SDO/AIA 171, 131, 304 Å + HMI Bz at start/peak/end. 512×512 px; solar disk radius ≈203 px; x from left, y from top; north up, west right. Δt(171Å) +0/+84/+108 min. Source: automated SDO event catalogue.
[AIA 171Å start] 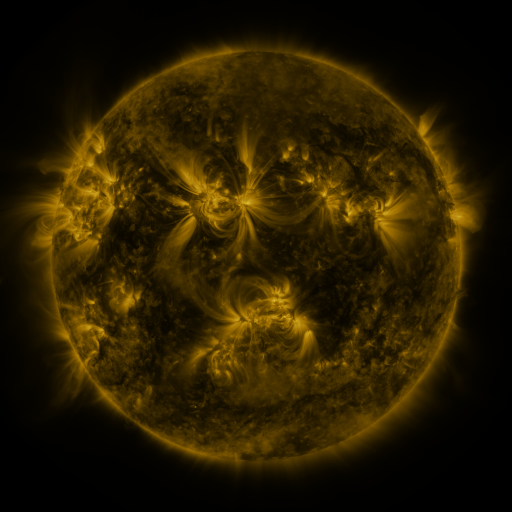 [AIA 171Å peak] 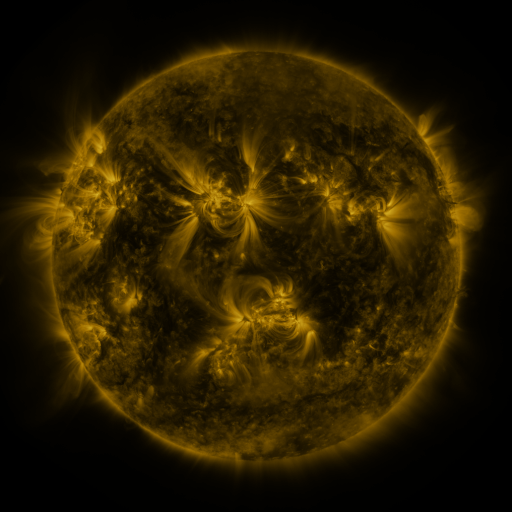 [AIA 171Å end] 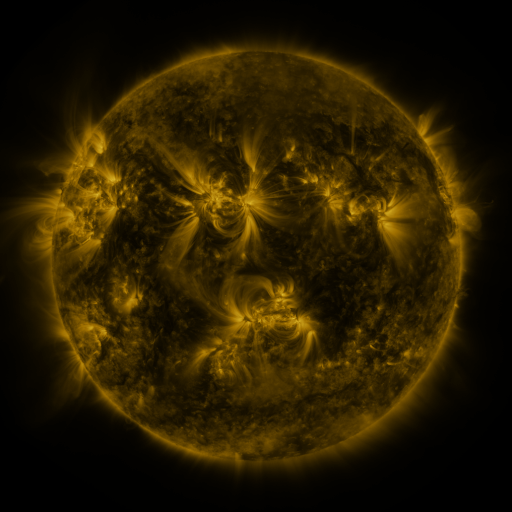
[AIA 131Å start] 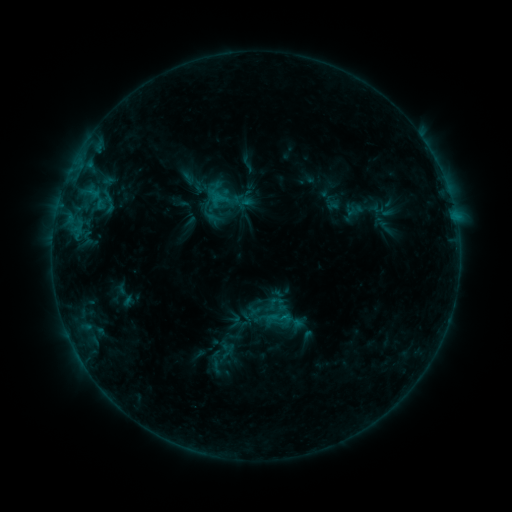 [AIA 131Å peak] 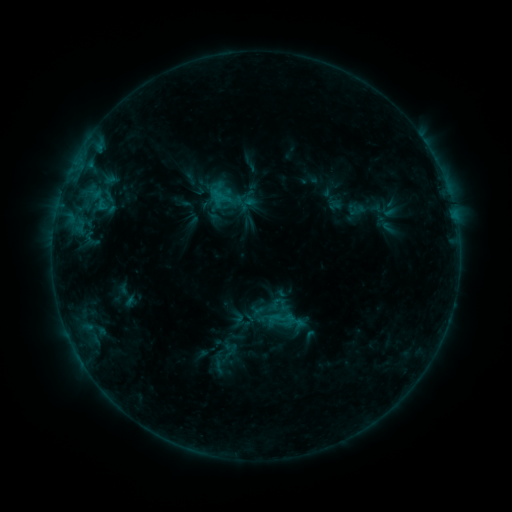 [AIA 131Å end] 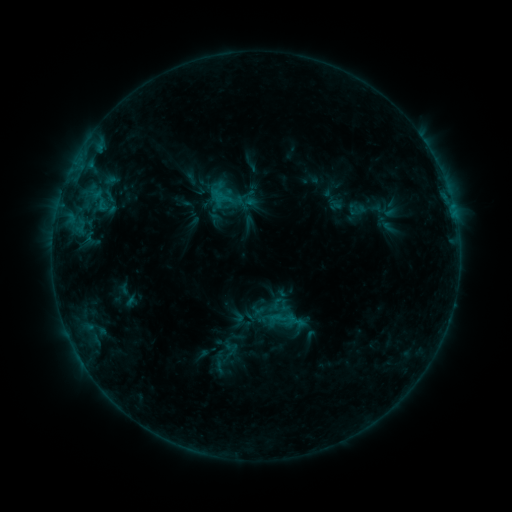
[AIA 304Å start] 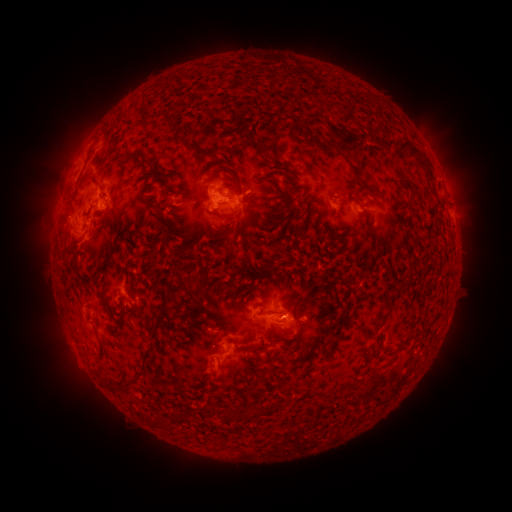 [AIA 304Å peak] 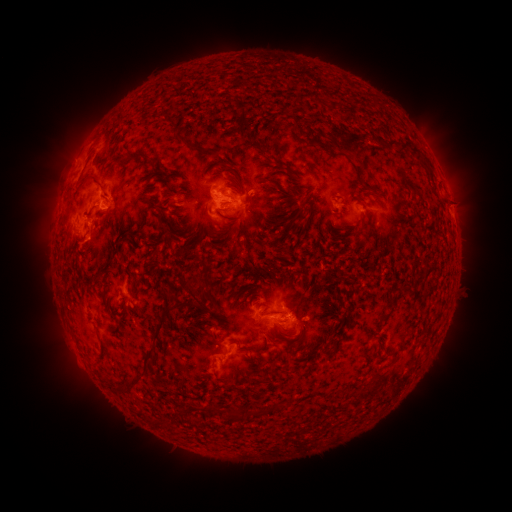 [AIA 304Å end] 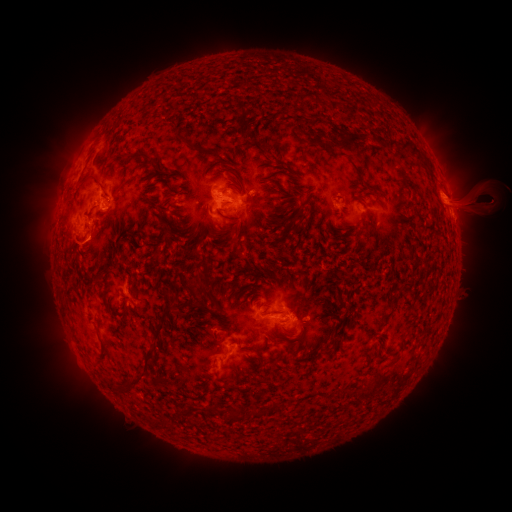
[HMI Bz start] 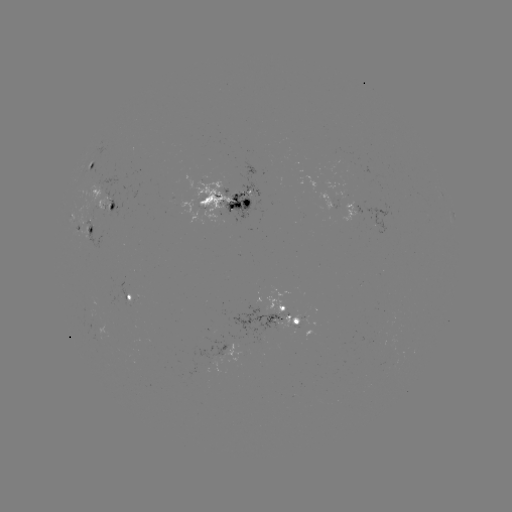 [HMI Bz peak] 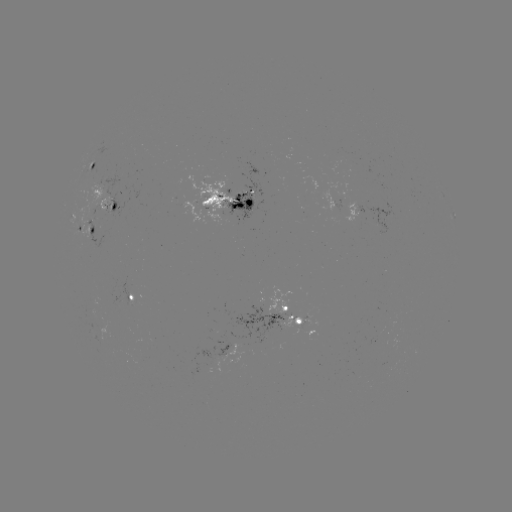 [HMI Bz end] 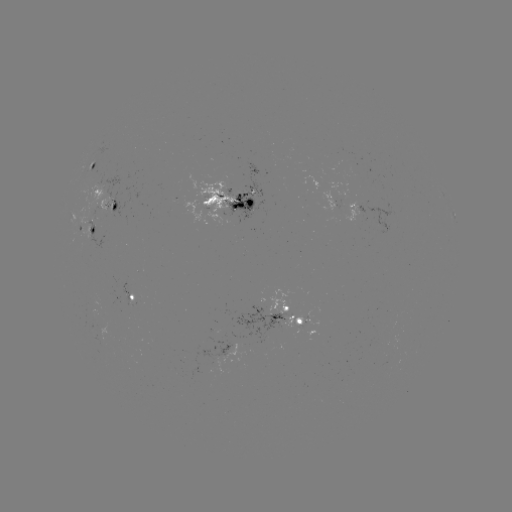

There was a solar emerging-flux region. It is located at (308, 322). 